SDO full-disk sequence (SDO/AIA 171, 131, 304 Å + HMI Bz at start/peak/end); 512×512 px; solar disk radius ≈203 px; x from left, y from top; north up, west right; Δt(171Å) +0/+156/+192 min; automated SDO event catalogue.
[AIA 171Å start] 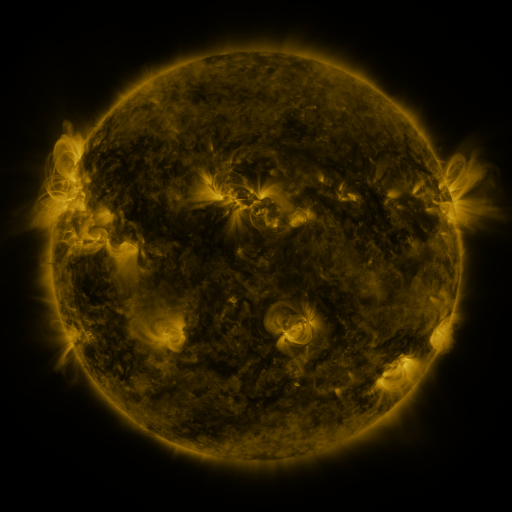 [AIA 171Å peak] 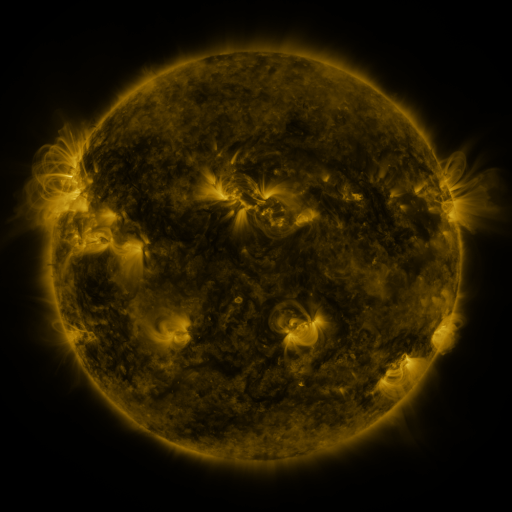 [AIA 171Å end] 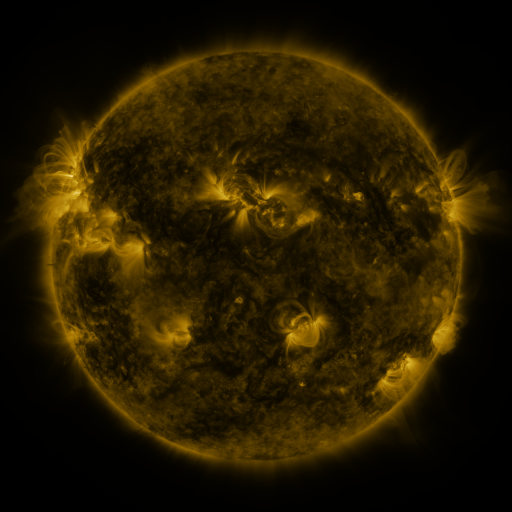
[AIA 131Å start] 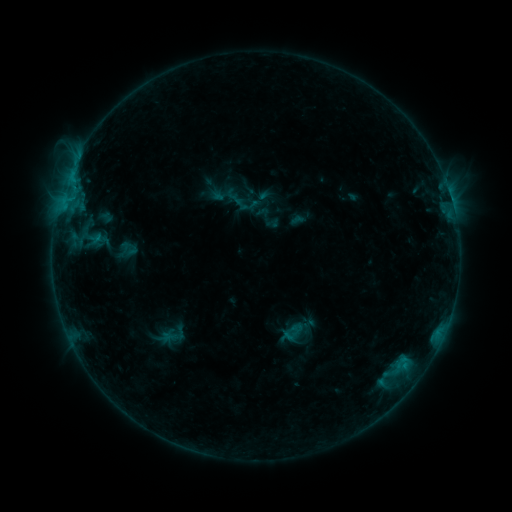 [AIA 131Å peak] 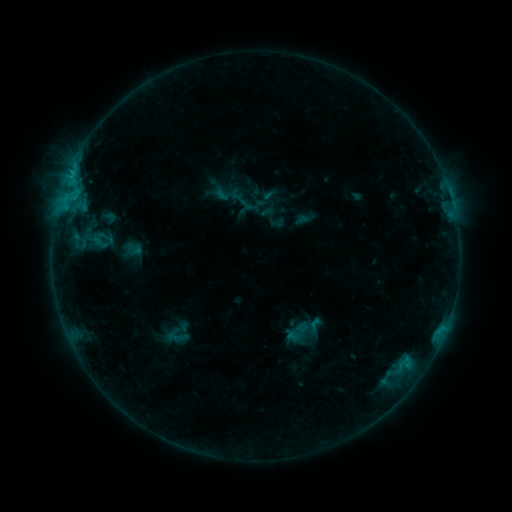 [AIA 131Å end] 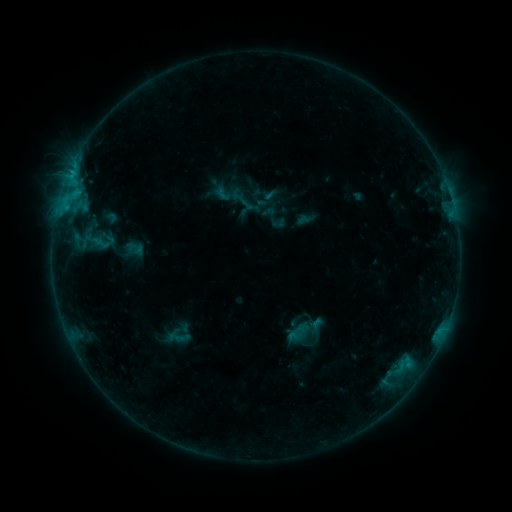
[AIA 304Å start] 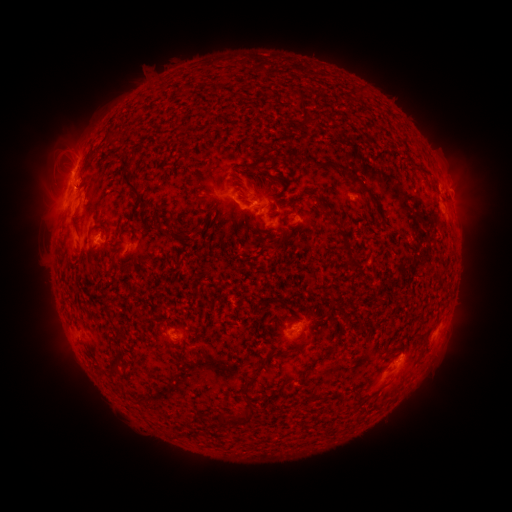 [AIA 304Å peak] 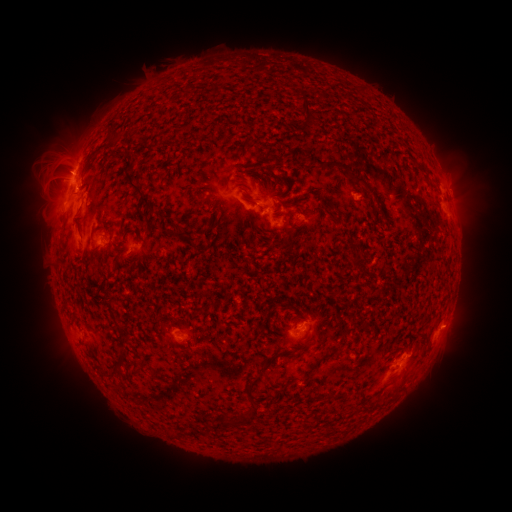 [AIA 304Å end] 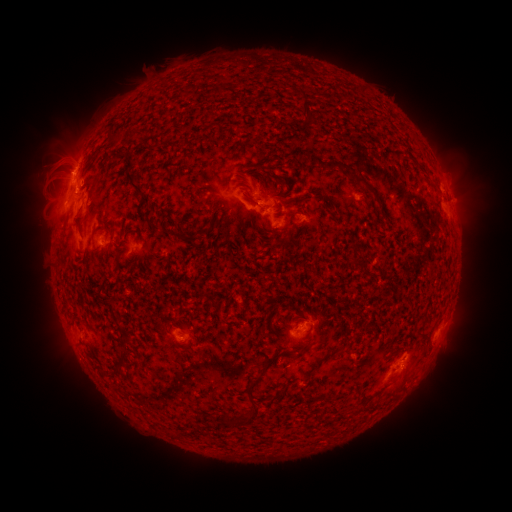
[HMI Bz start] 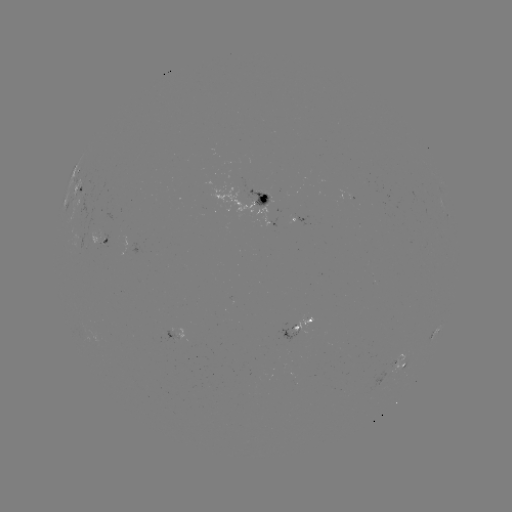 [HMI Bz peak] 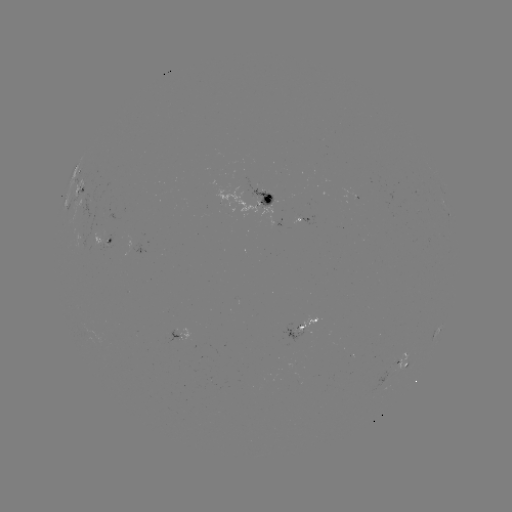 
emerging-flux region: <bbox>245, 180, 278, 207</bbox>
